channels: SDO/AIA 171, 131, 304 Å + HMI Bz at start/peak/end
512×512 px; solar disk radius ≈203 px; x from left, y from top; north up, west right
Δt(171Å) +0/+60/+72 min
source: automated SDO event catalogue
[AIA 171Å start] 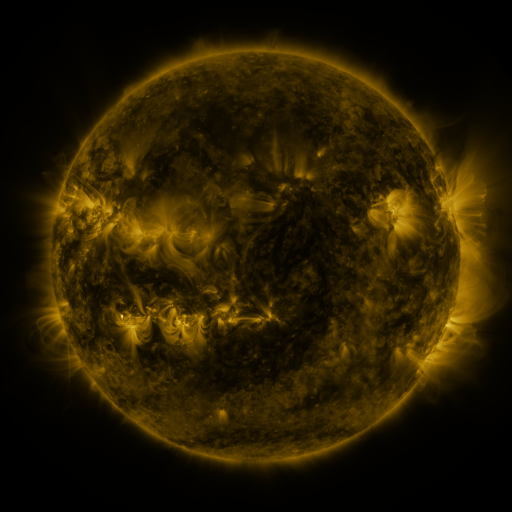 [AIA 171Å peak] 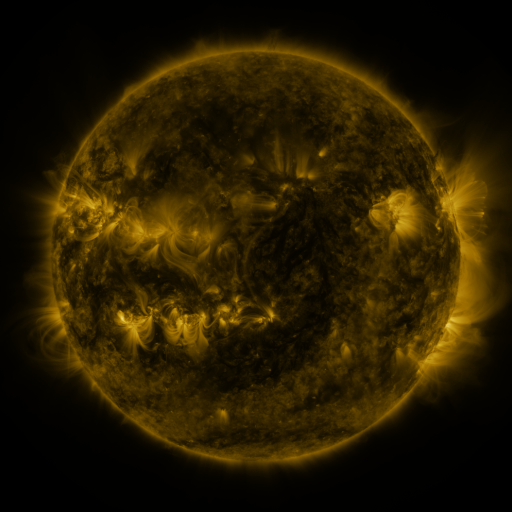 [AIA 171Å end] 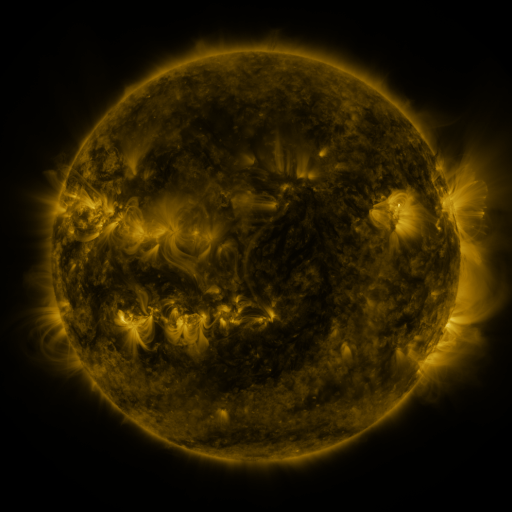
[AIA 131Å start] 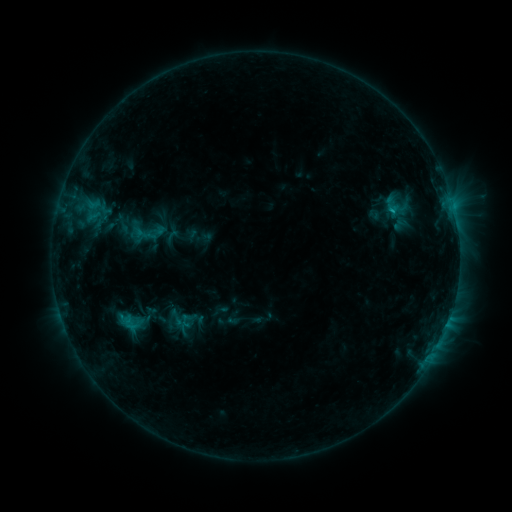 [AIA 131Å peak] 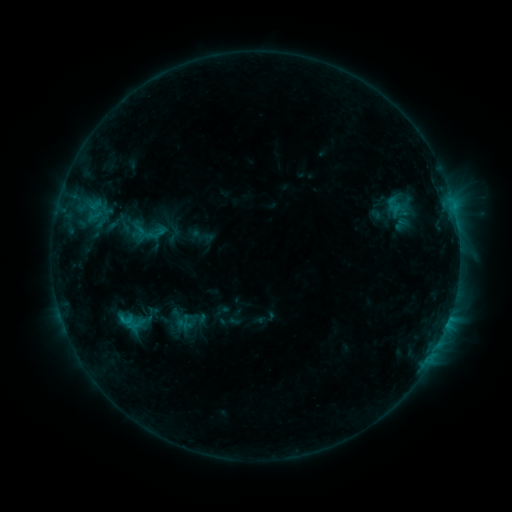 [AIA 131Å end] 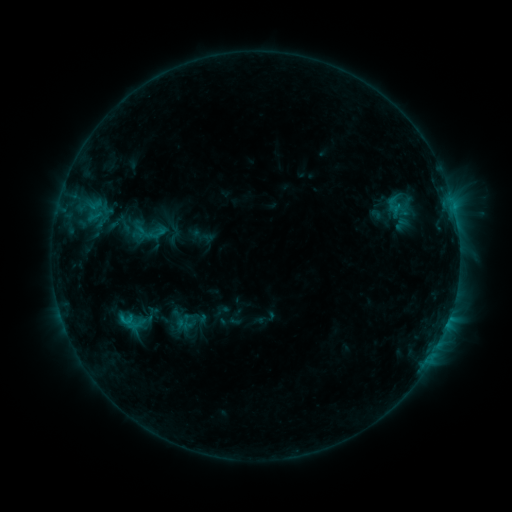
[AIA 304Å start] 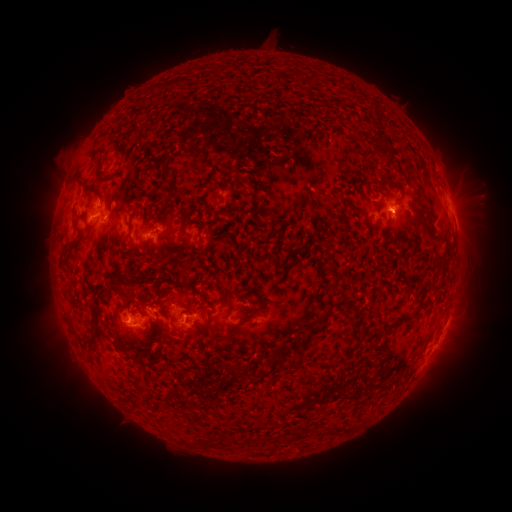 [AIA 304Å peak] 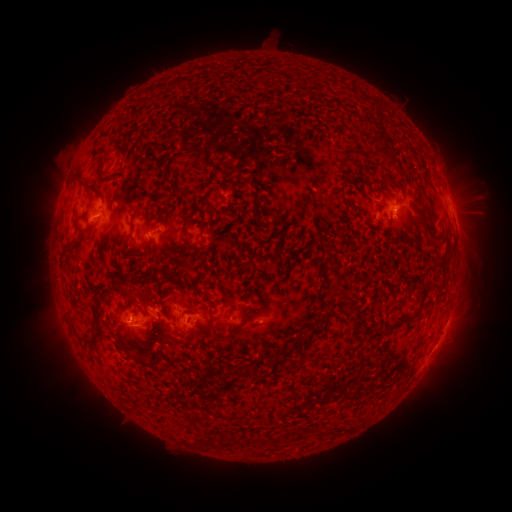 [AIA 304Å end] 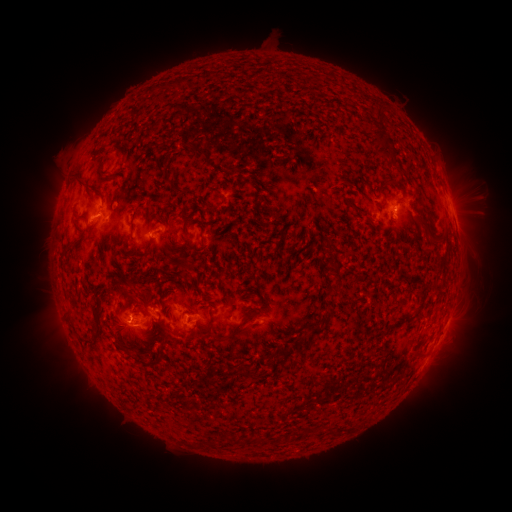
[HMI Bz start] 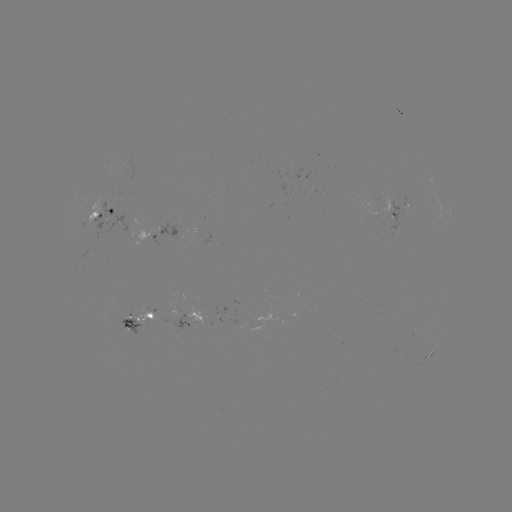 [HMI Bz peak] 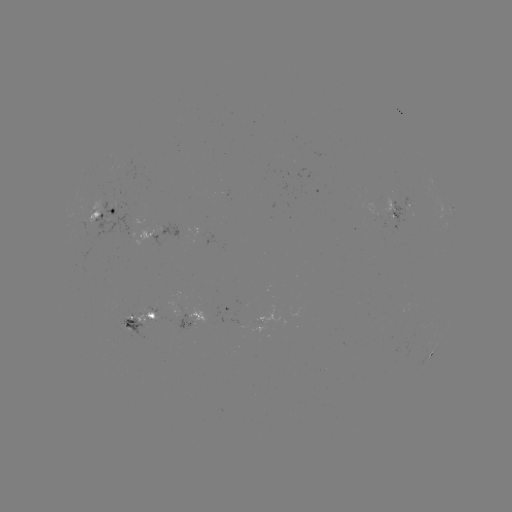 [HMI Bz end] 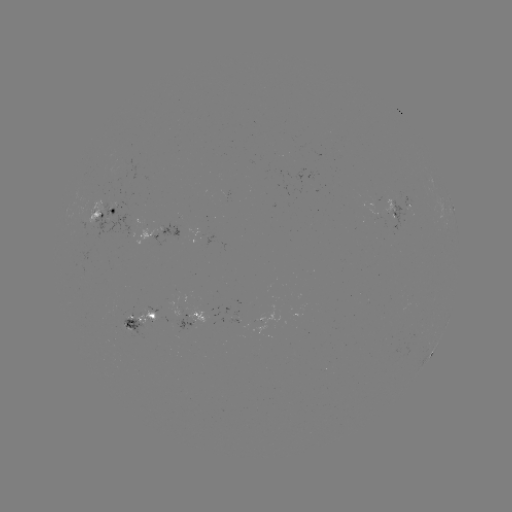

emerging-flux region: (172, 314, 196, 329)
